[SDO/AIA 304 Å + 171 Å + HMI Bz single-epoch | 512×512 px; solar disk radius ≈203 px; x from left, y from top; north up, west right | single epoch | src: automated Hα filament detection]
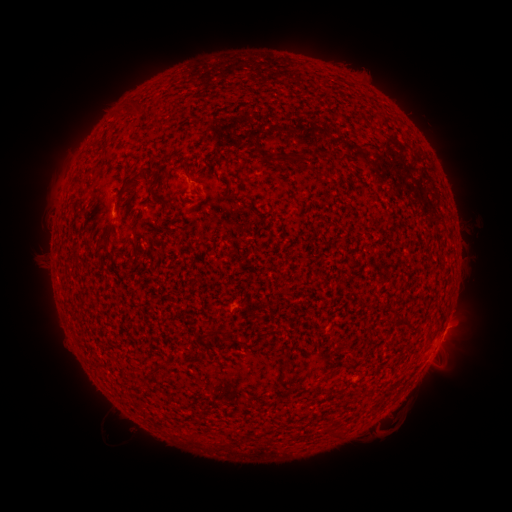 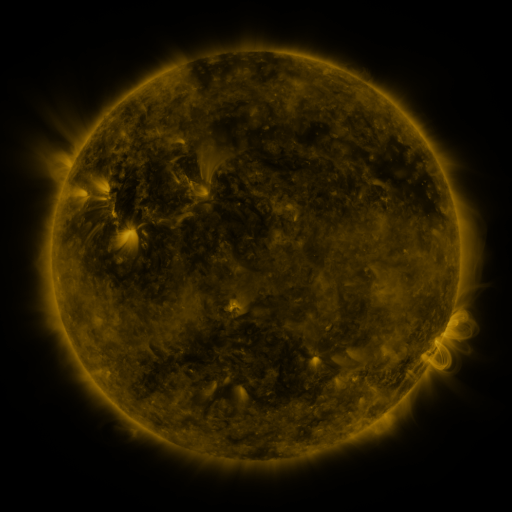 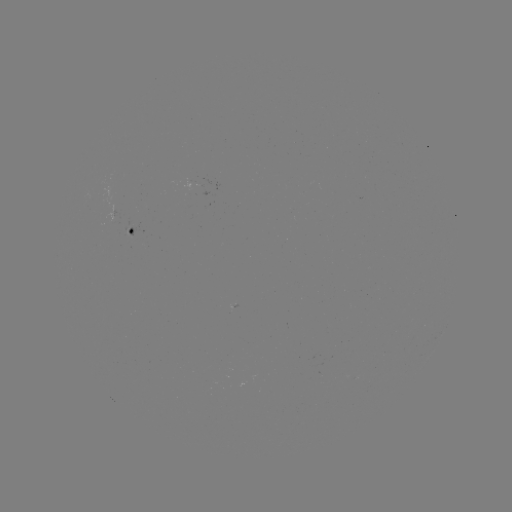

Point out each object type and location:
filament: [133, 101, 145, 114]
filament: [273, 152, 302, 166]
filament: [121, 167, 150, 193]
filament: [221, 180, 237, 200]
filament: [149, 189, 173, 205]
filament: [406, 323, 415, 334]
filament: [220, 327, 230, 338]
filament: [217, 437, 226, 446]
